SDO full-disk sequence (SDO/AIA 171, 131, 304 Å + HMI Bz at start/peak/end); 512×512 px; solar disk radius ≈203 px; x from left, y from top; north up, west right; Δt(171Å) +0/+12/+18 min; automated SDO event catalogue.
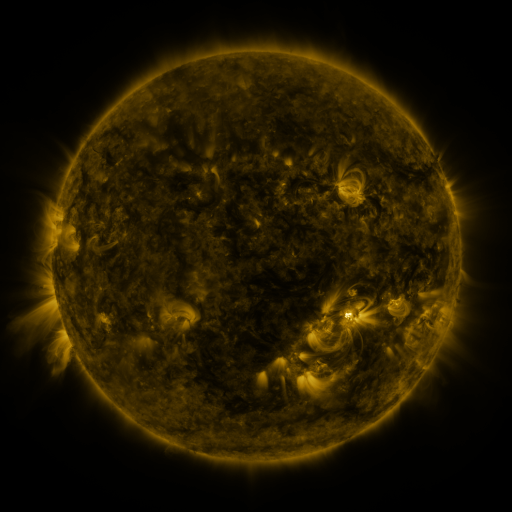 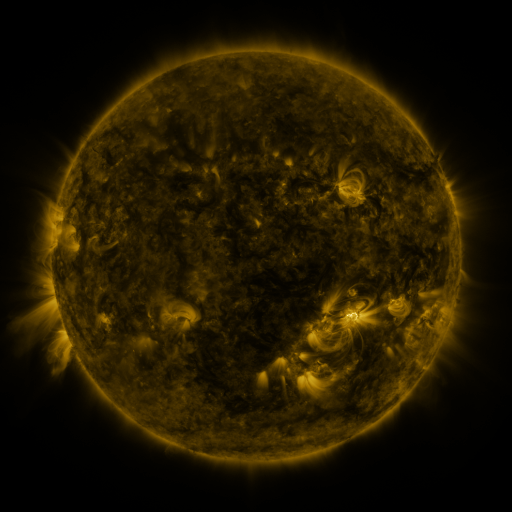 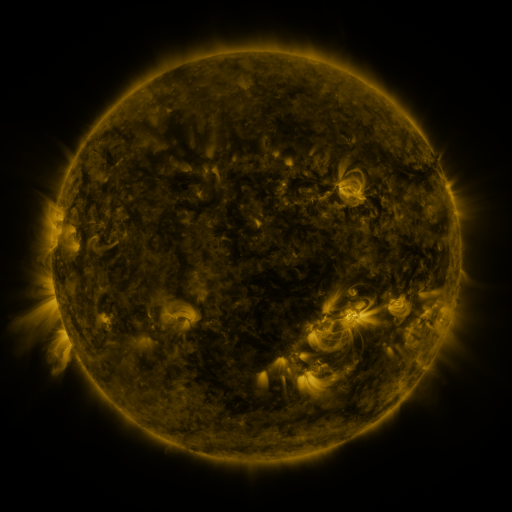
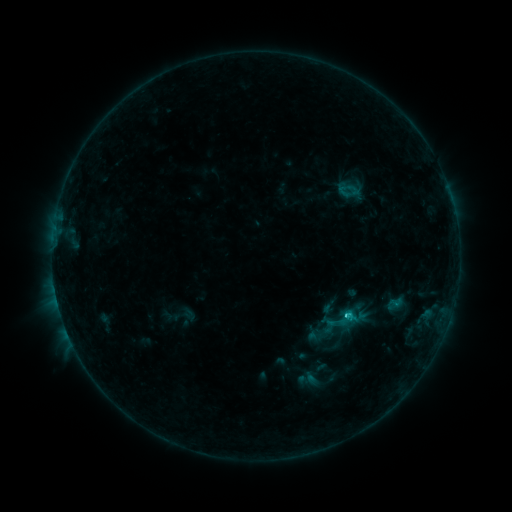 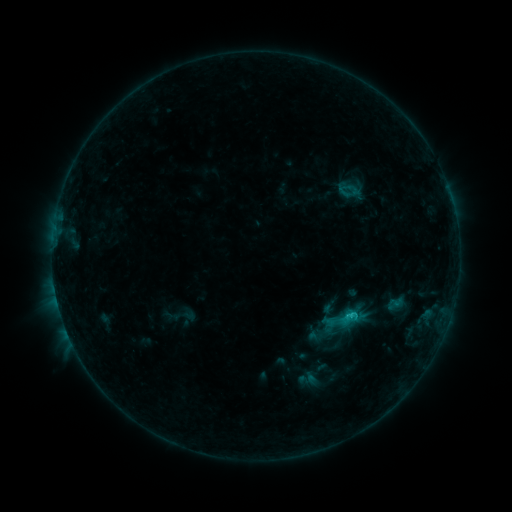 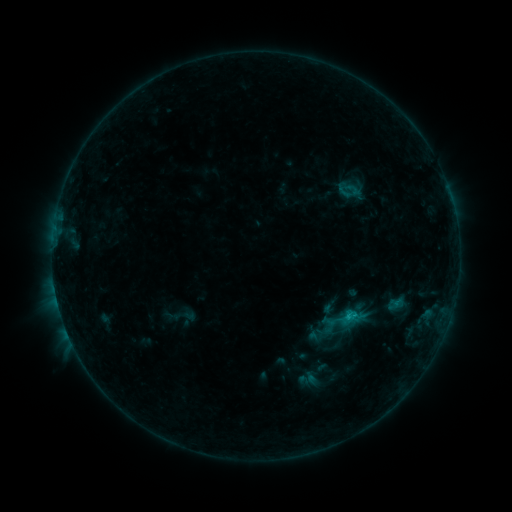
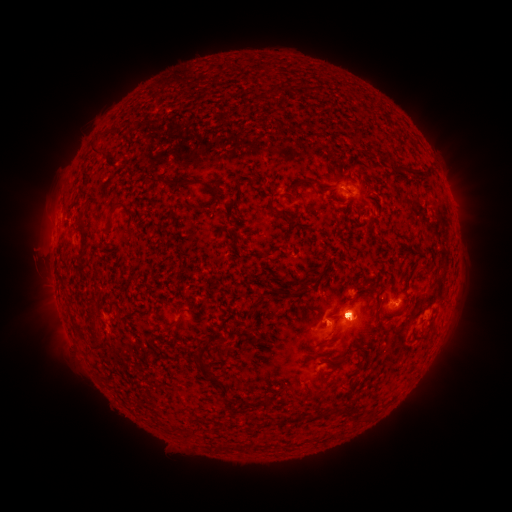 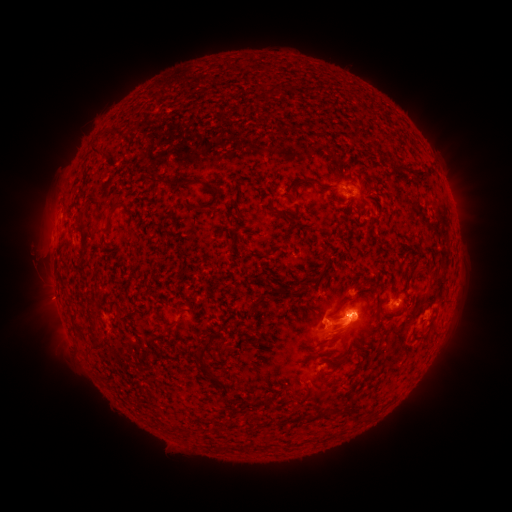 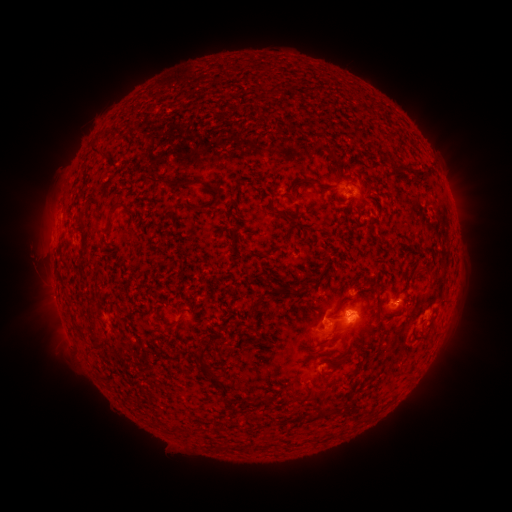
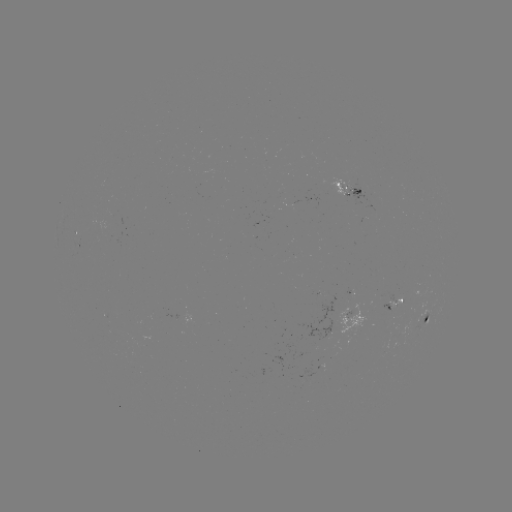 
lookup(eruption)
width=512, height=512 (300, 324)